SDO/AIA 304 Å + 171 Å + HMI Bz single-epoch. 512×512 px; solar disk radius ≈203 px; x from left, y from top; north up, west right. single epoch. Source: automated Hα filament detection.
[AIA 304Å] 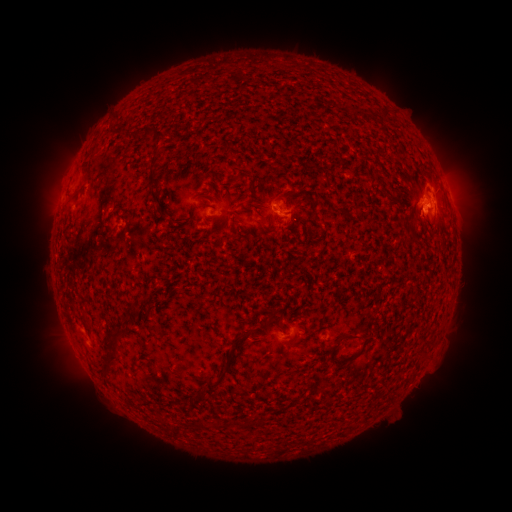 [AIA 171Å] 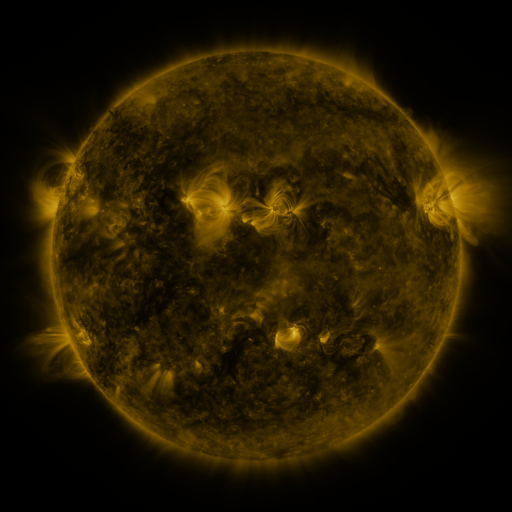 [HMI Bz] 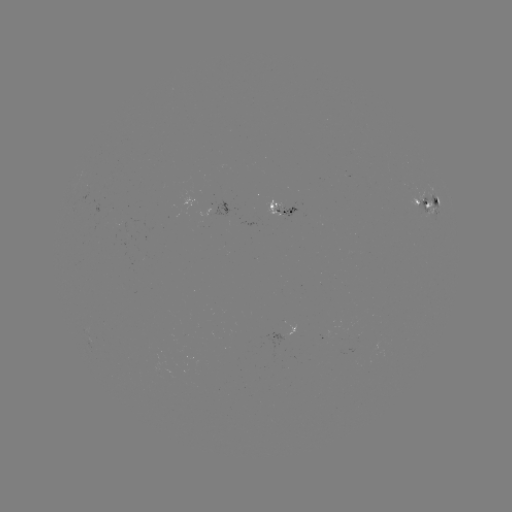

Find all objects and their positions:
filament: (379, 109, 389, 120)
filament: (145, 125, 166, 140)
filament: (147, 154, 165, 186)
filament: (414, 166, 434, 186)
filament: (150, 189, 168, 220)
filament: (216, 191, 224, 202)
filament: (62, 197, 72, 213)
filament: (198, 199, 210, 208)
filament: (255, 203, 267, 210)
filament: (225, 233, 237, 240)
filament: (232, 314, 276, 344)
filament: (81, 316, 93, 336)
filament: (108, 327, 129, 340)
filament: (322, 332, 362, 352)
filament: (102, 353, 119, 374)
filament: (201, 362, 229, 391)
filament: (189, 394, 197, 404)
filament: (213, 418, 222, 429)
filament: (229, 418, 239, 427)
filament: (197, 419, 208, 429)
